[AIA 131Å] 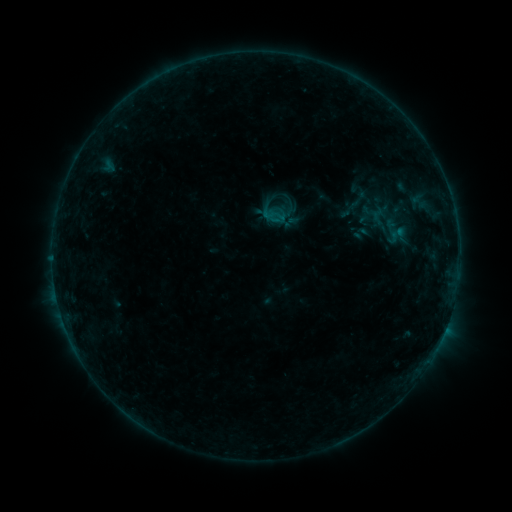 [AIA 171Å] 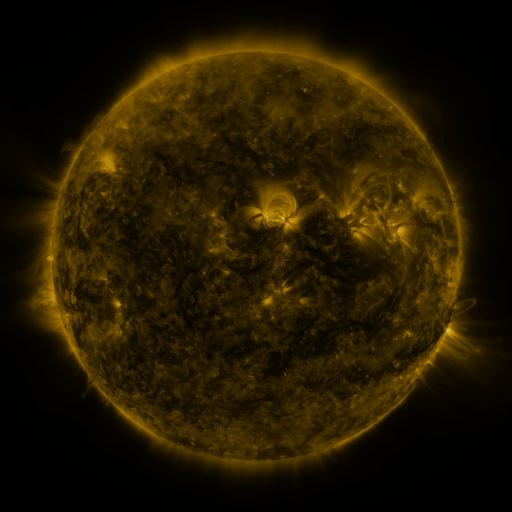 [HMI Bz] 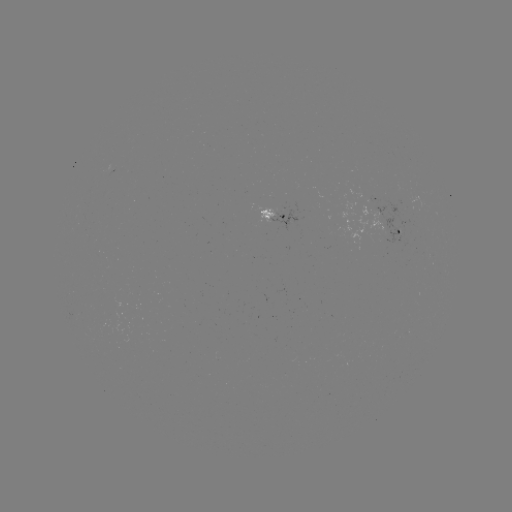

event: sigmoid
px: (360, 198)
